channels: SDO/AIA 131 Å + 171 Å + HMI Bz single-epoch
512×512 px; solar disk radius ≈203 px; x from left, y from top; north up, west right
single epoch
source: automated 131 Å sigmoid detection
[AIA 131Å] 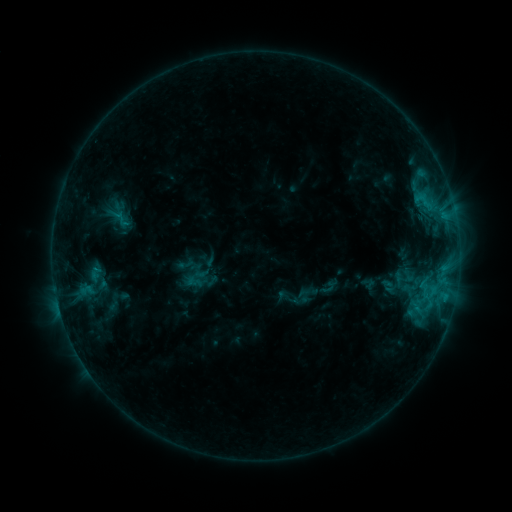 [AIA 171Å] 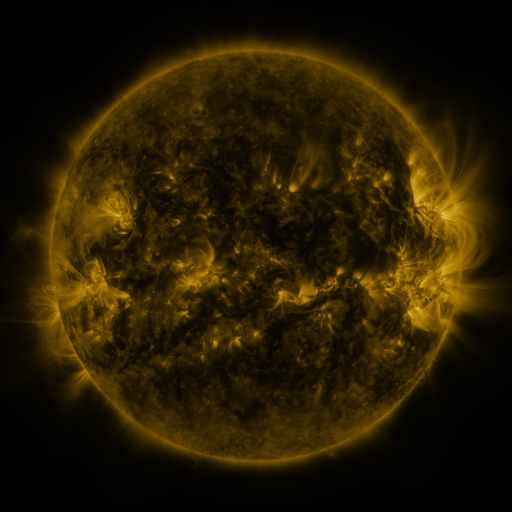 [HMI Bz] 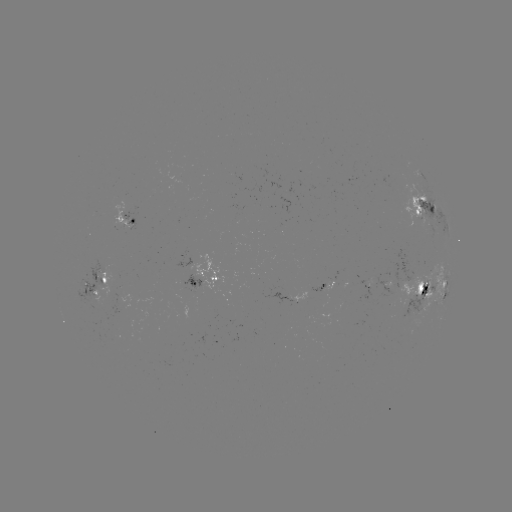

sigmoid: <bbox>111, 210, 130, 229</bbox>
